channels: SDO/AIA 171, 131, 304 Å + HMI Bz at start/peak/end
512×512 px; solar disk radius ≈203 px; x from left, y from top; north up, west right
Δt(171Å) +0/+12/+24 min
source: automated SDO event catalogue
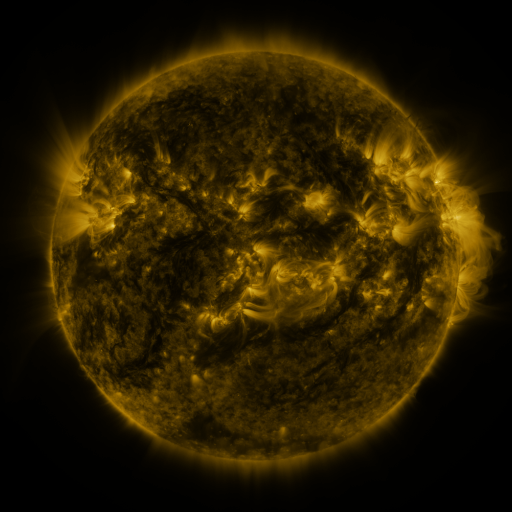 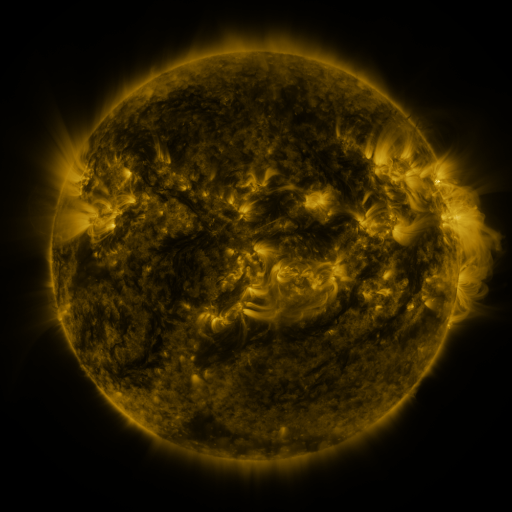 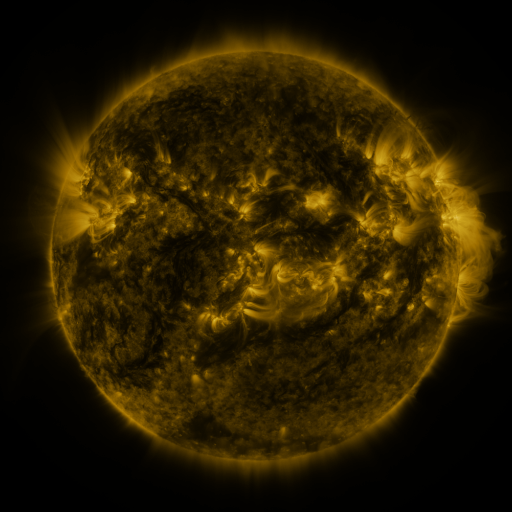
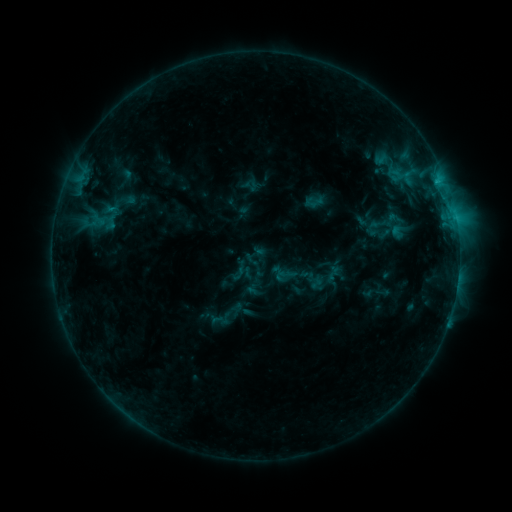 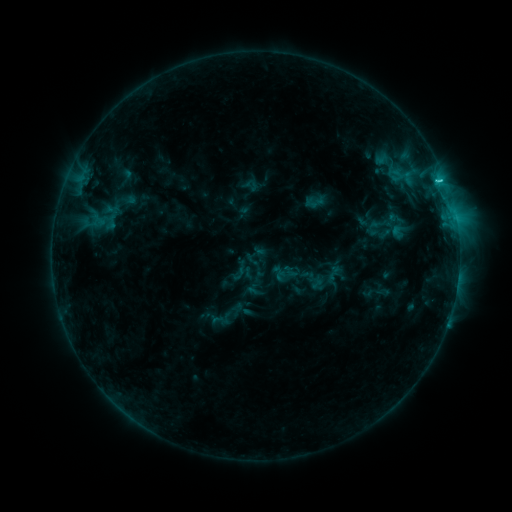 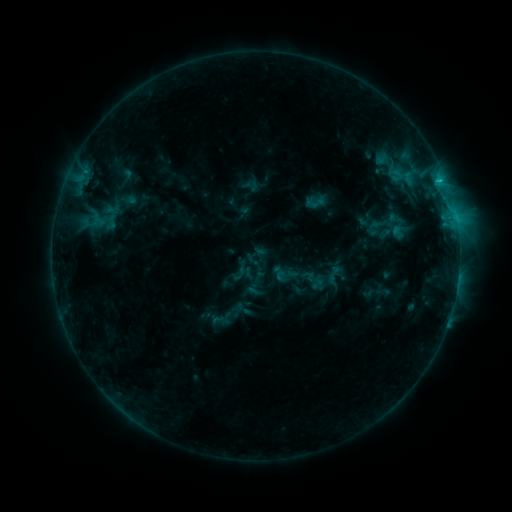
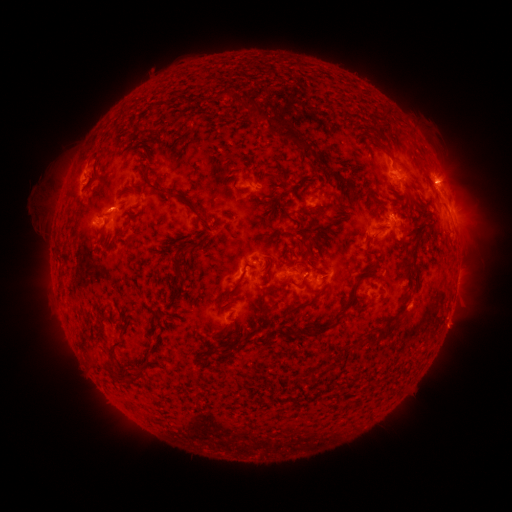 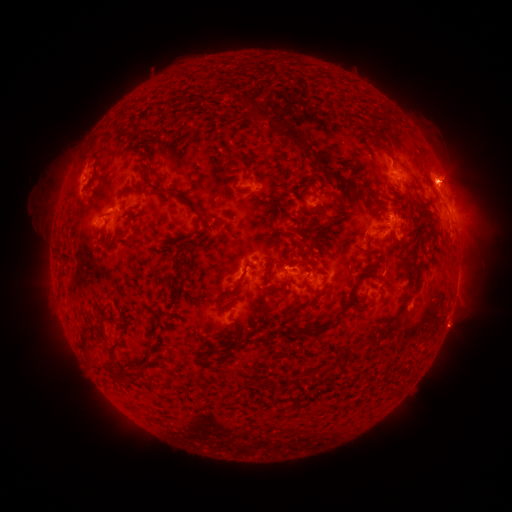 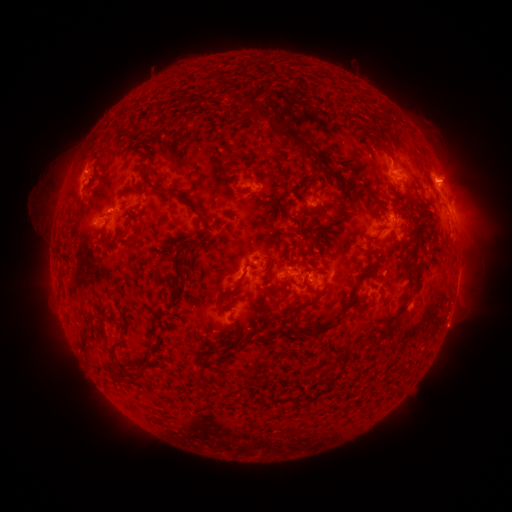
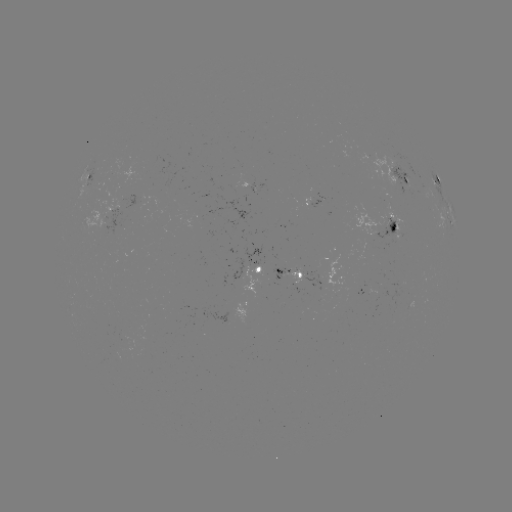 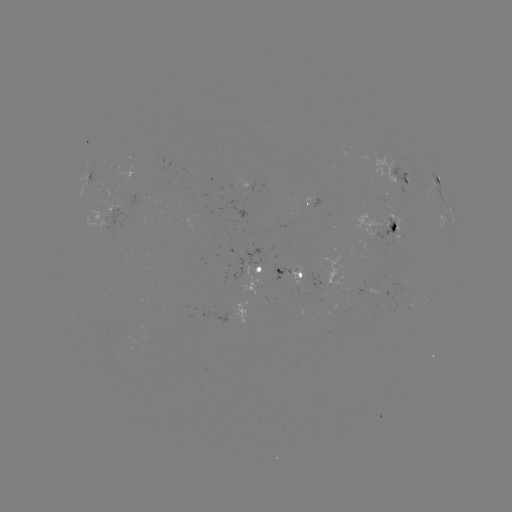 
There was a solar flare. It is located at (439, 182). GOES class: C1.4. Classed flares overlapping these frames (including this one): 1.